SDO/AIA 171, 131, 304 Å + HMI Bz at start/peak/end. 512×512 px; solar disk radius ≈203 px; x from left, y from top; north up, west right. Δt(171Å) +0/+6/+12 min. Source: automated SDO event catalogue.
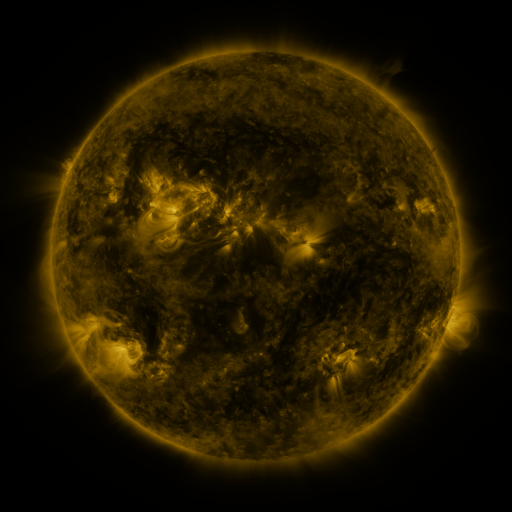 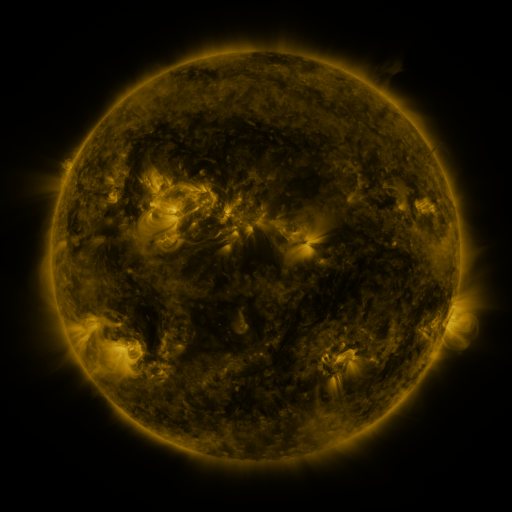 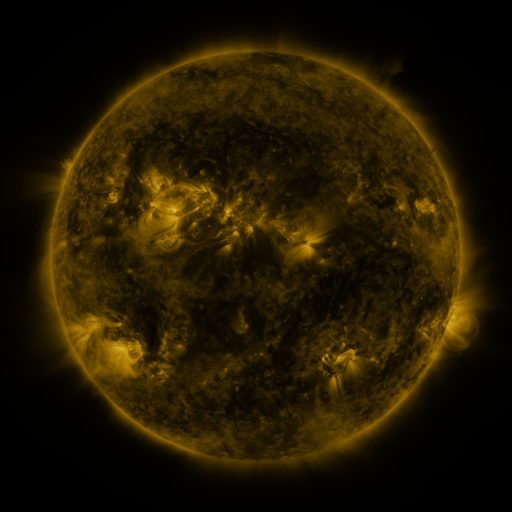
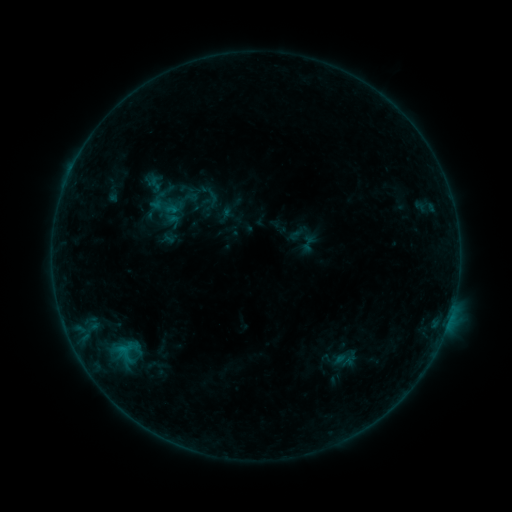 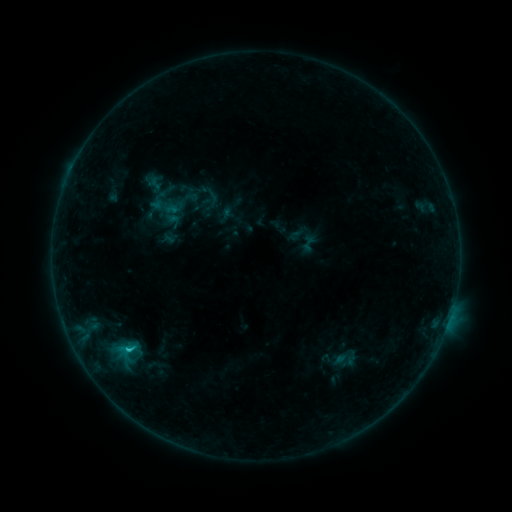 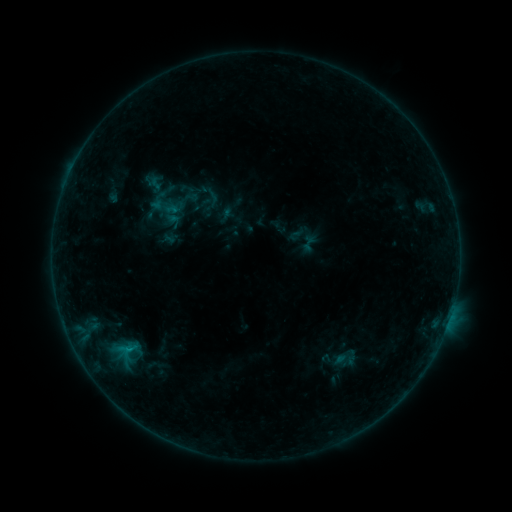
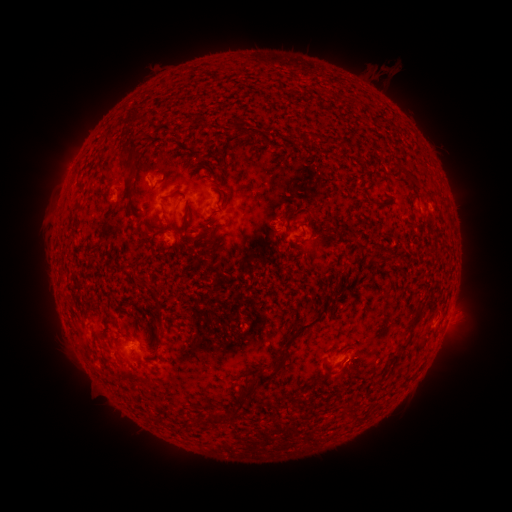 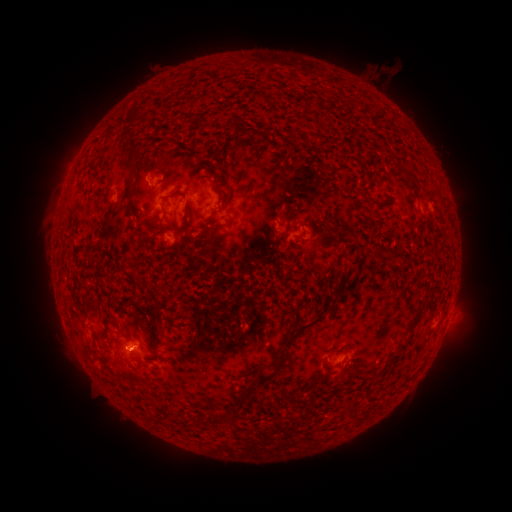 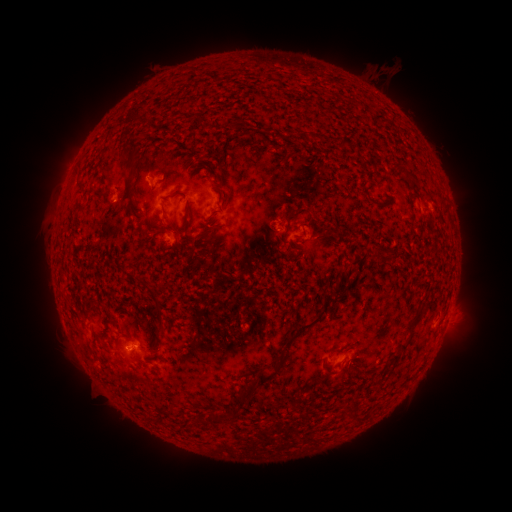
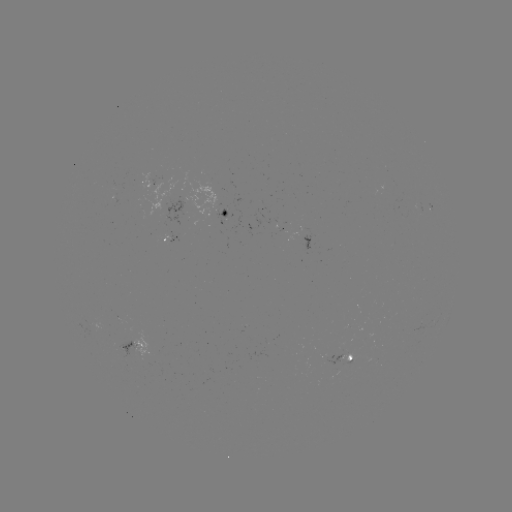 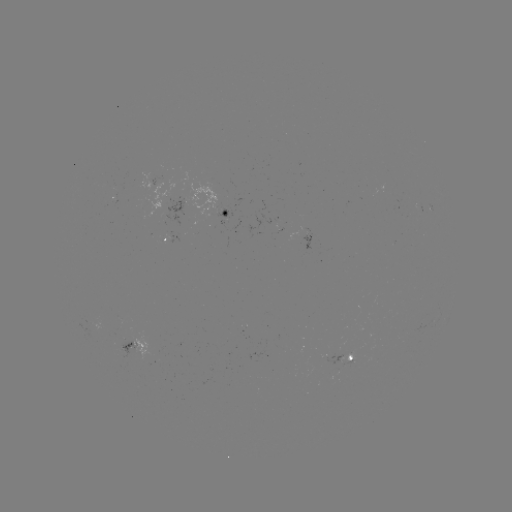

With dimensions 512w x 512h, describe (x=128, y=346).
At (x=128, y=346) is B6.2 flare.